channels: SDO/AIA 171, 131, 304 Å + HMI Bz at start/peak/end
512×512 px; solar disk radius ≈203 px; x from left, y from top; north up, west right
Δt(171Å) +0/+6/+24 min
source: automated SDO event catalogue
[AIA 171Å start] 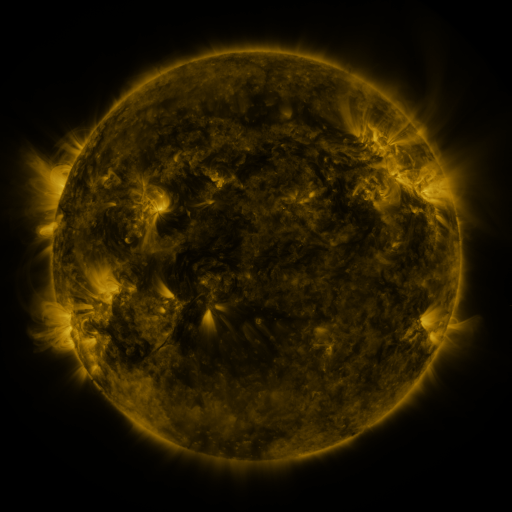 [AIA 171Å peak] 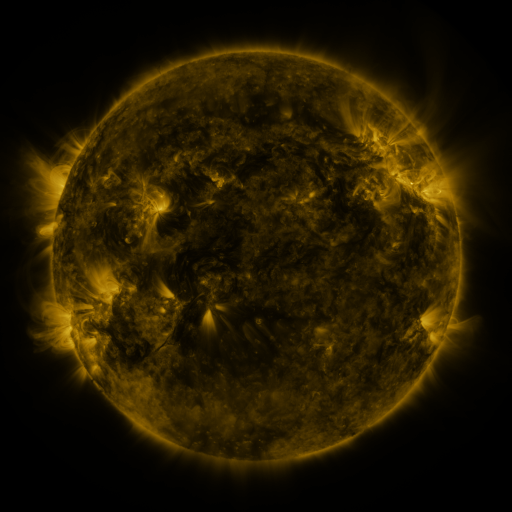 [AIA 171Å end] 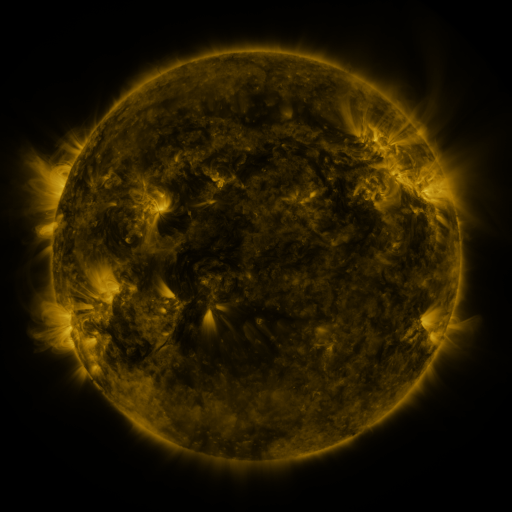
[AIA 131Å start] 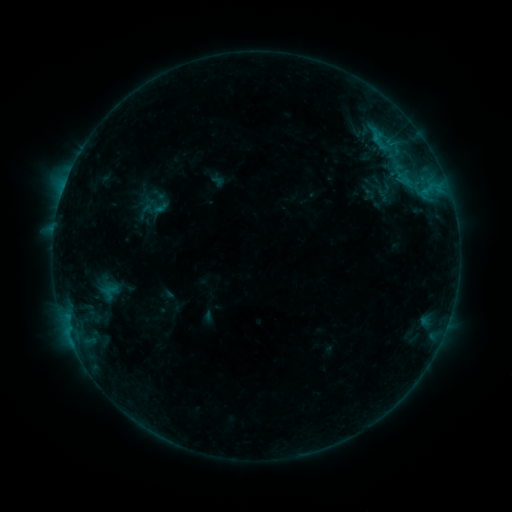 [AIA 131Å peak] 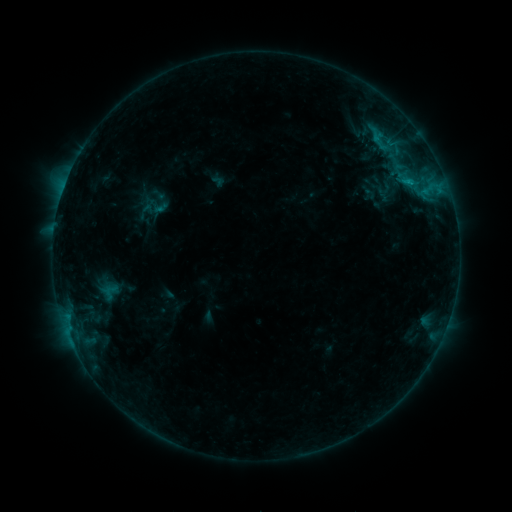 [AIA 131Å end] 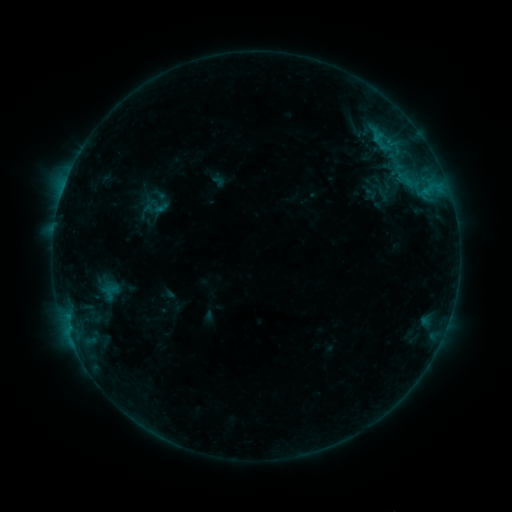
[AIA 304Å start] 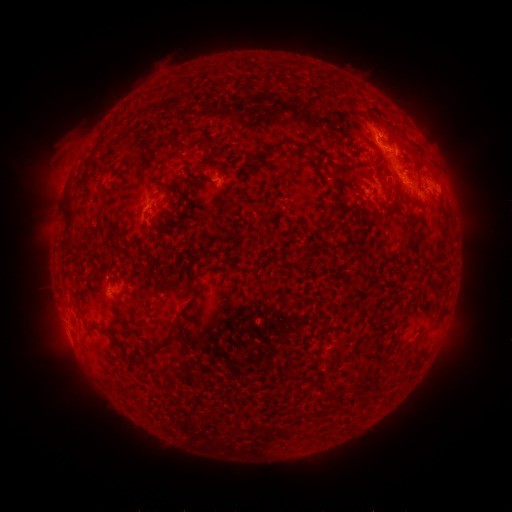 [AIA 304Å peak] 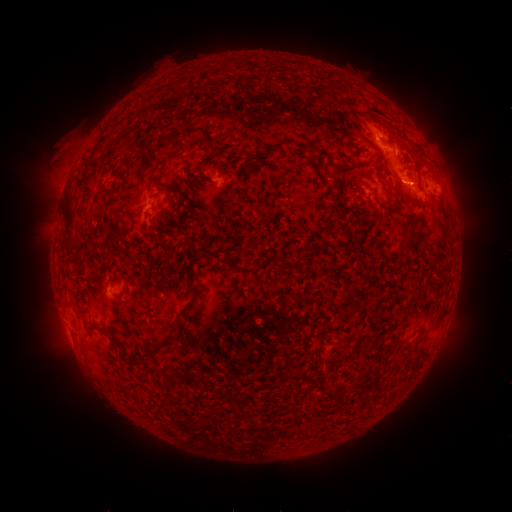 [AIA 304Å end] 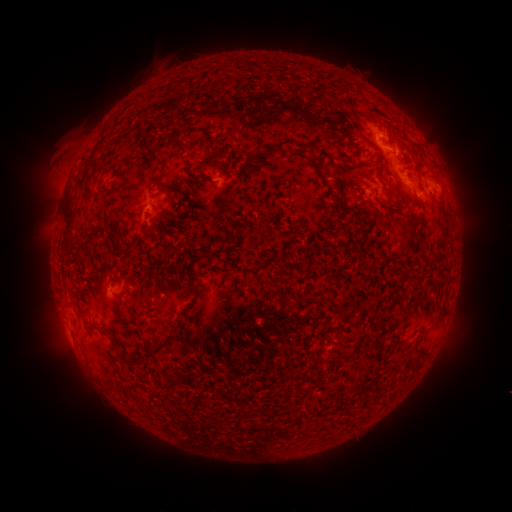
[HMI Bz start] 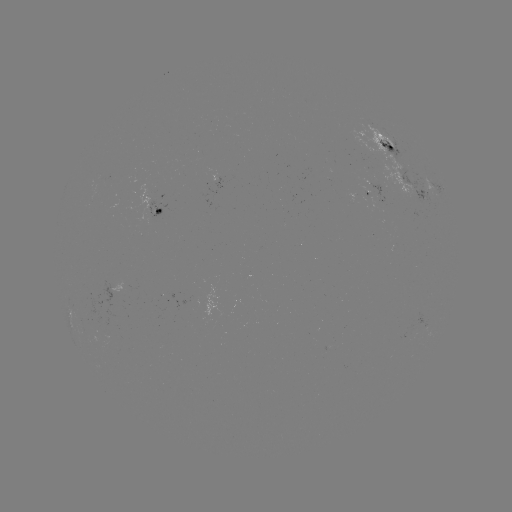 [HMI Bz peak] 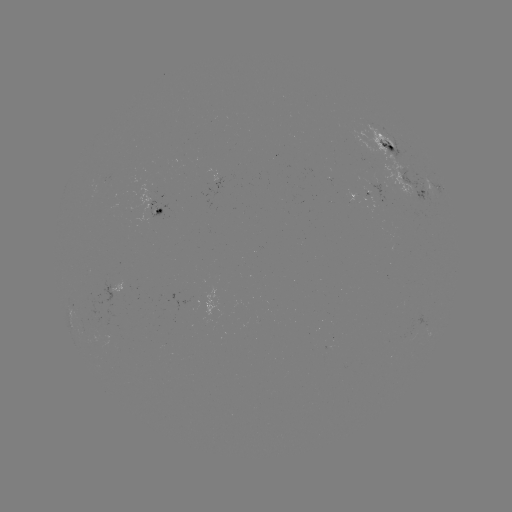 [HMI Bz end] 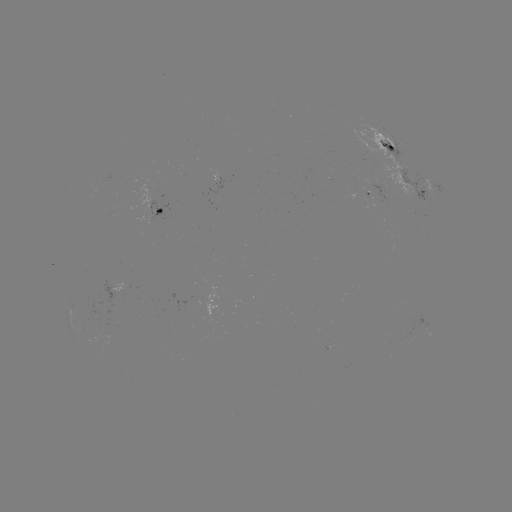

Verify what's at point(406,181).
B9.5 flare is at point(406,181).